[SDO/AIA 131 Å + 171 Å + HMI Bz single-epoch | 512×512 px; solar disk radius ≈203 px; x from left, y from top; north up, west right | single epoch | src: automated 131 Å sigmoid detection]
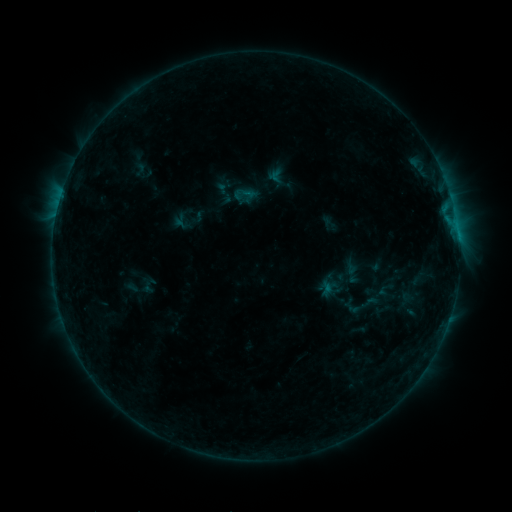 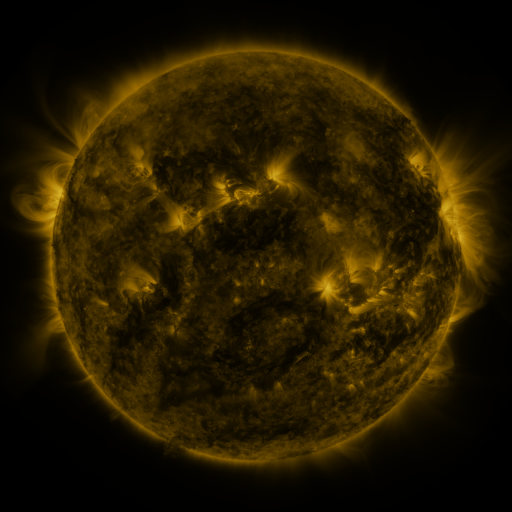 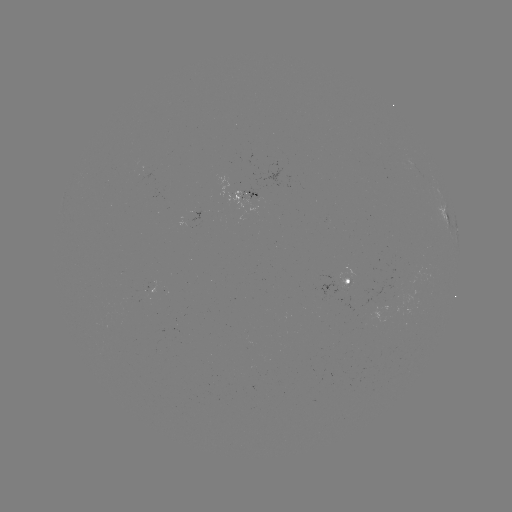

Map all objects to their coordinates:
sigmoid: (140, 169)
sigmoid: (246, 194)
sigmoid: (369, 302)
sigmoid: (353, 308)
